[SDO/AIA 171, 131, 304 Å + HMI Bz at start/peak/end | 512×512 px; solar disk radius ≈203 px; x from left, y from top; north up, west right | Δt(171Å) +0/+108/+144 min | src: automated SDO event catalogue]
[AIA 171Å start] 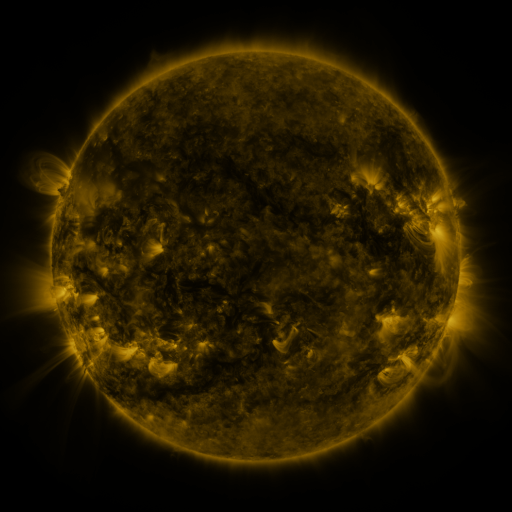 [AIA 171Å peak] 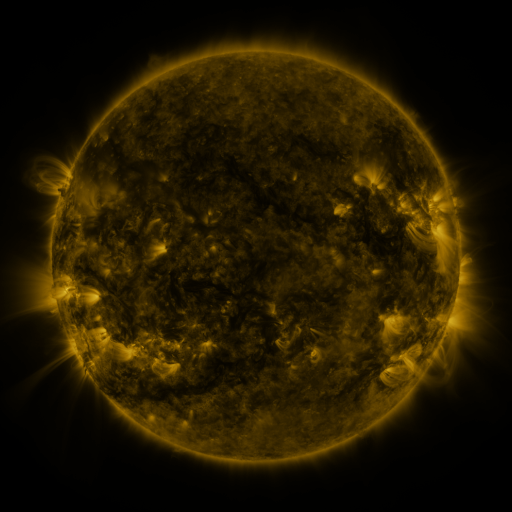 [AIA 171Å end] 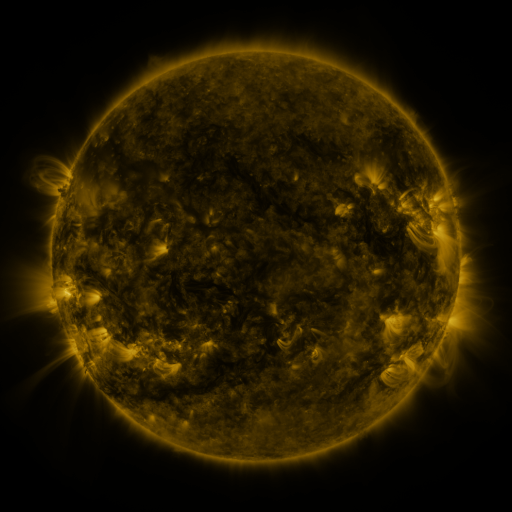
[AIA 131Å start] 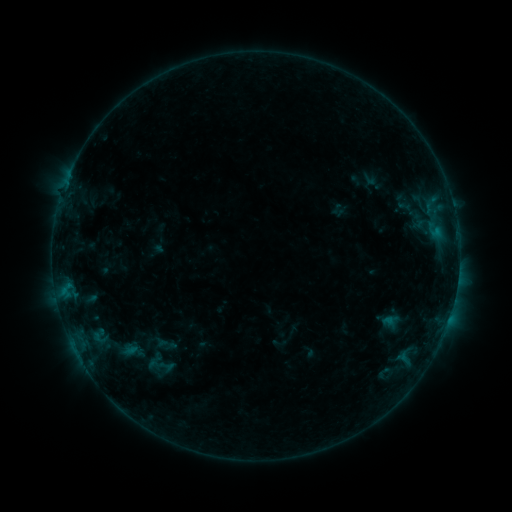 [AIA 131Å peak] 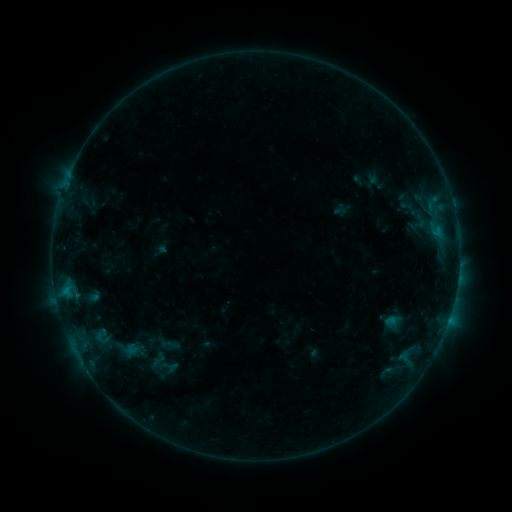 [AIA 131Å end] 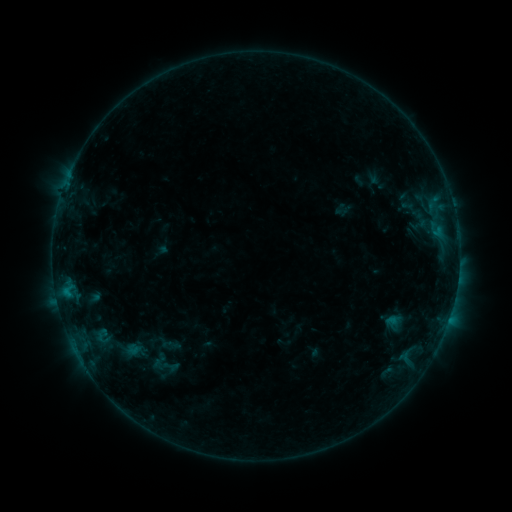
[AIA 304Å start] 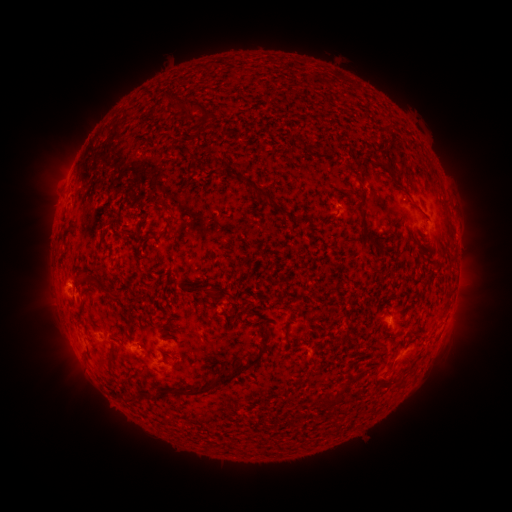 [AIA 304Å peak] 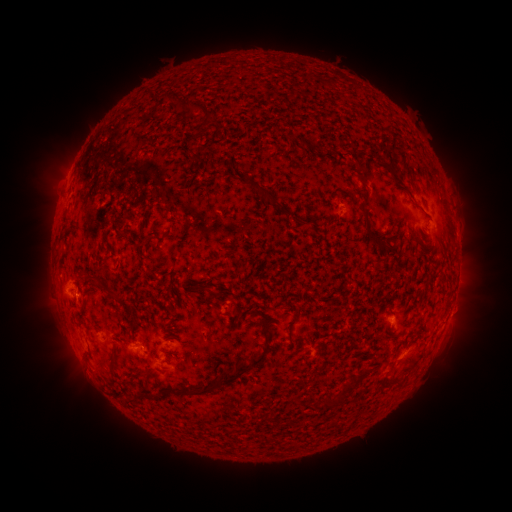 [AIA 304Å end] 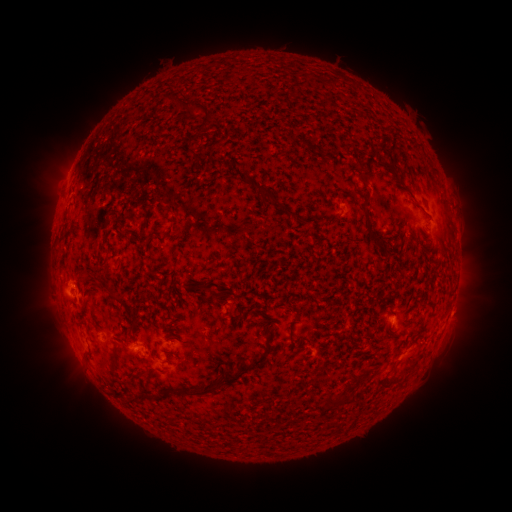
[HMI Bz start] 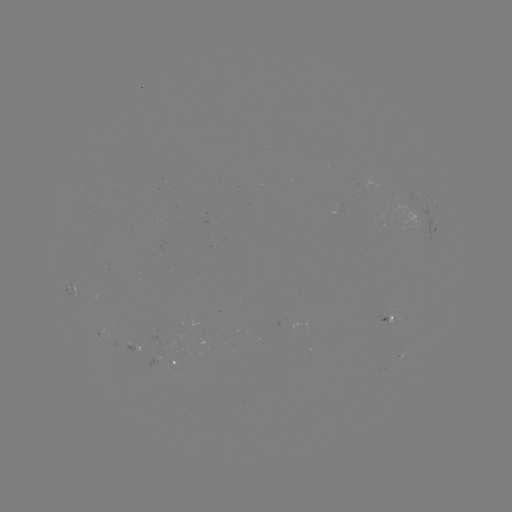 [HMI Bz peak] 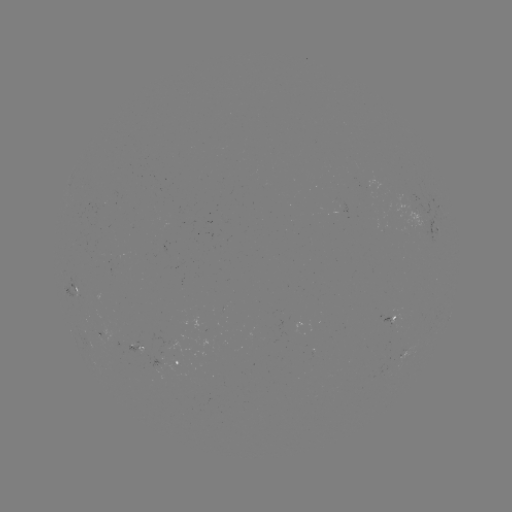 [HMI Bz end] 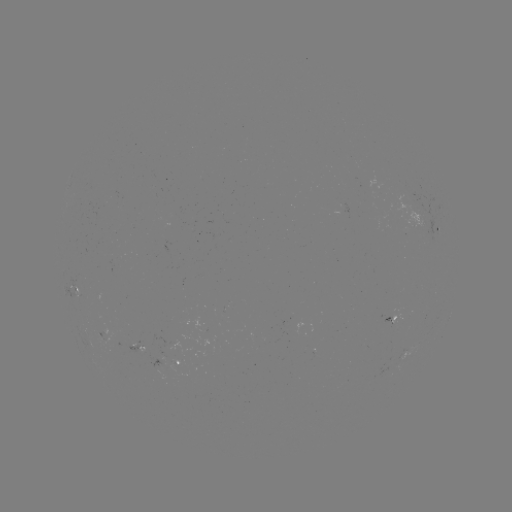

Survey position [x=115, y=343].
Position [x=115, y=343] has emerging-flux region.